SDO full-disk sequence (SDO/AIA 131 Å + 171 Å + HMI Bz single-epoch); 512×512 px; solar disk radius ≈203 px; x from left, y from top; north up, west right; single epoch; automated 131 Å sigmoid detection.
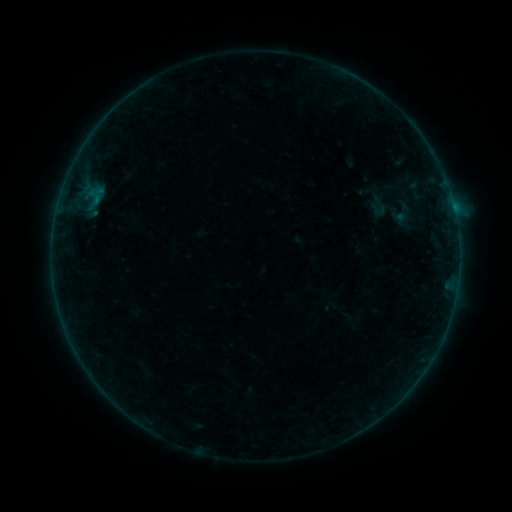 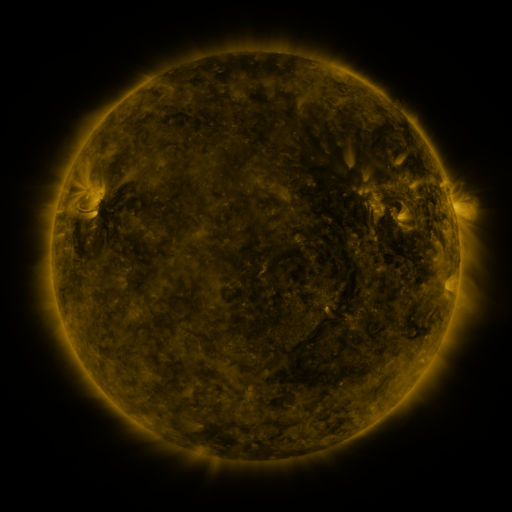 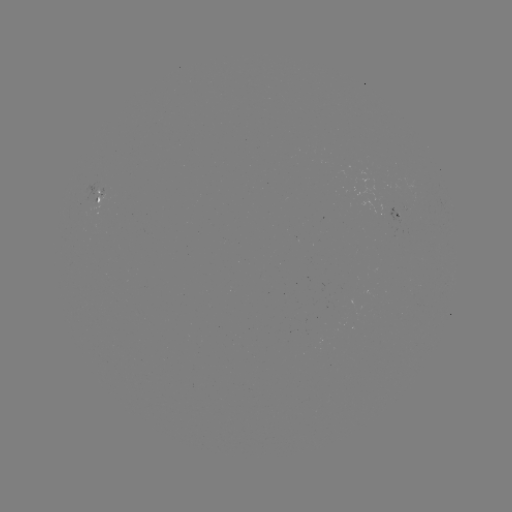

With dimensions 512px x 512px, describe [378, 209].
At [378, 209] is sigmoid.